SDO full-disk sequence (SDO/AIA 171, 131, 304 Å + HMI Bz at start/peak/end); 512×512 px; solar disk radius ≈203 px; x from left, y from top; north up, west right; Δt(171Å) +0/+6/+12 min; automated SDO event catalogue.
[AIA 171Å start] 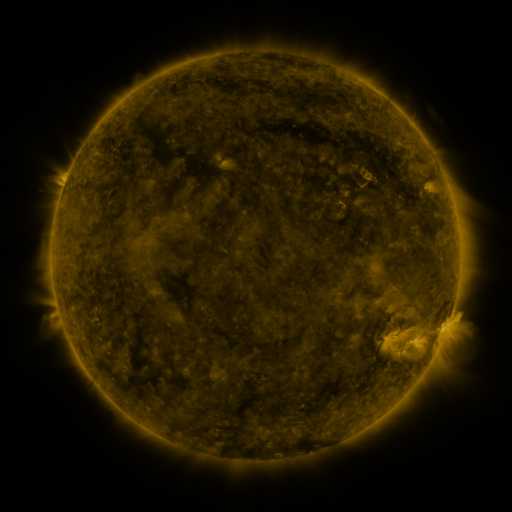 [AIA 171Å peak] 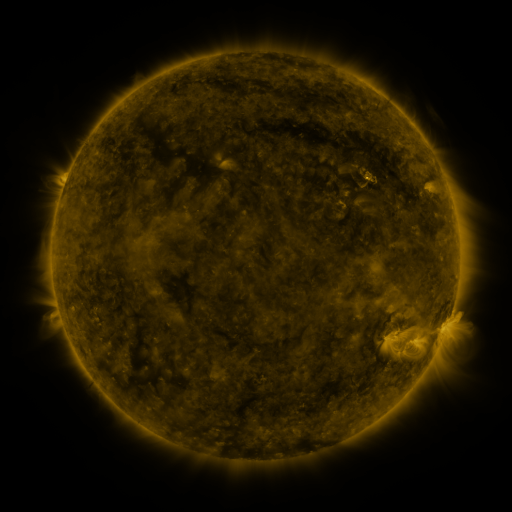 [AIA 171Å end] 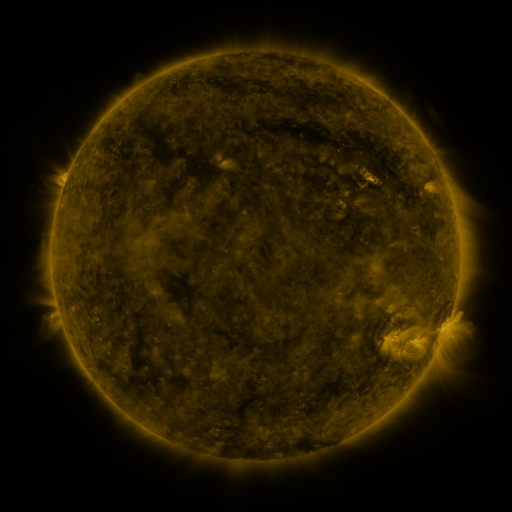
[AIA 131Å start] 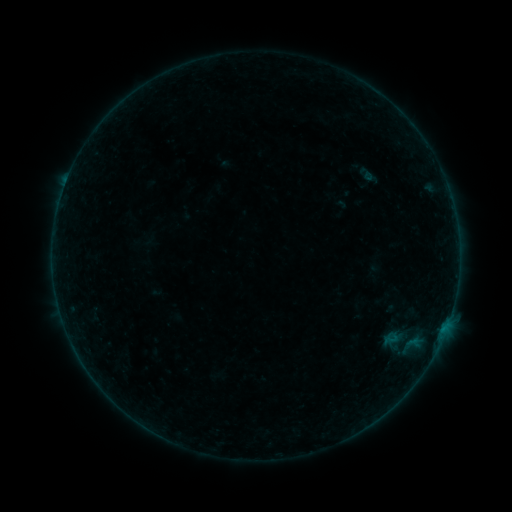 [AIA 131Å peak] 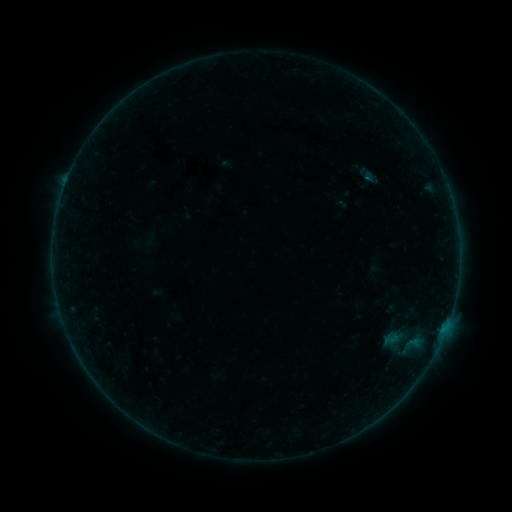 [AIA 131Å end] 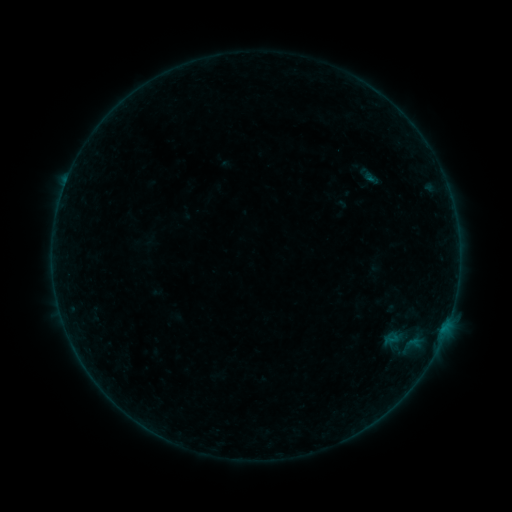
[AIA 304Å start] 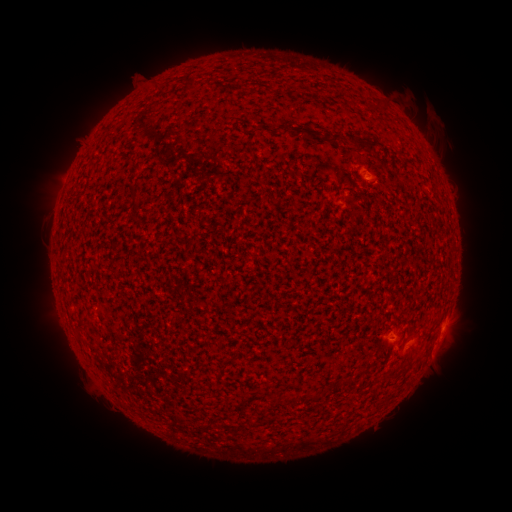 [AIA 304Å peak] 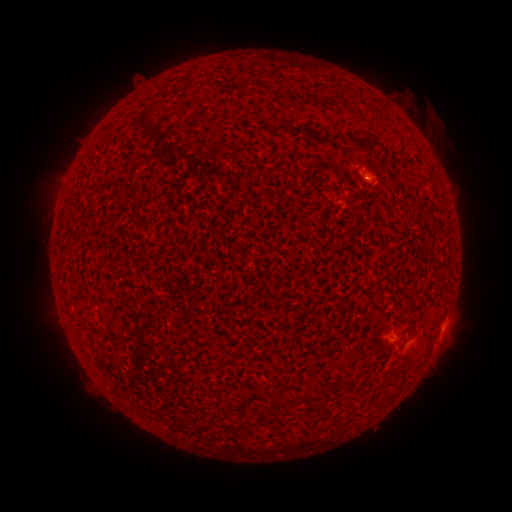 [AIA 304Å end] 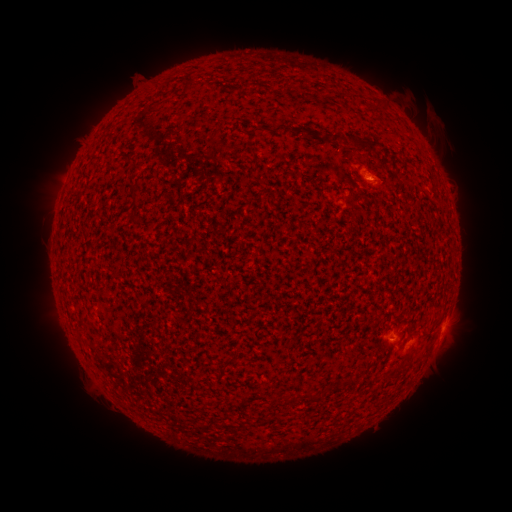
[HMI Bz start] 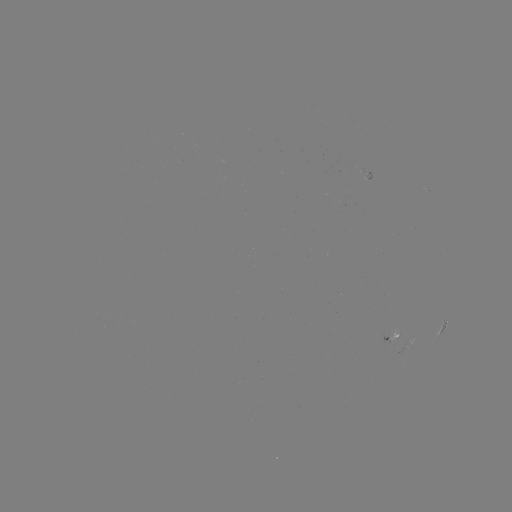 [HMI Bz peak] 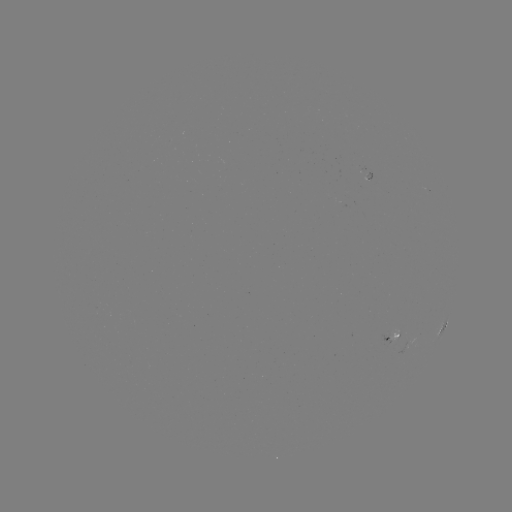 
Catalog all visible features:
B1.4 flare: (367, 181)
